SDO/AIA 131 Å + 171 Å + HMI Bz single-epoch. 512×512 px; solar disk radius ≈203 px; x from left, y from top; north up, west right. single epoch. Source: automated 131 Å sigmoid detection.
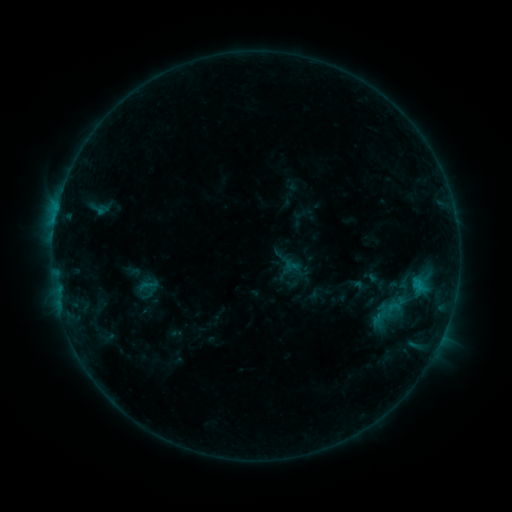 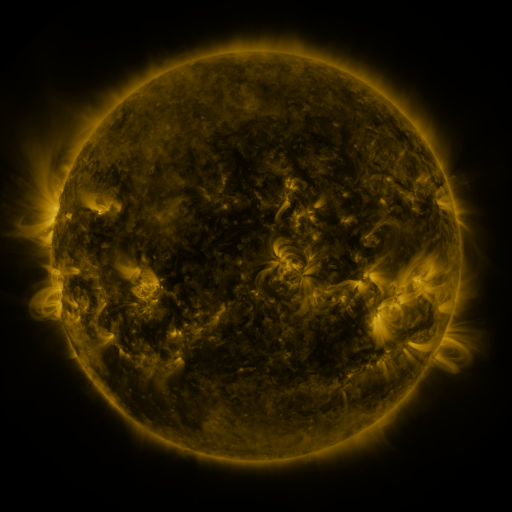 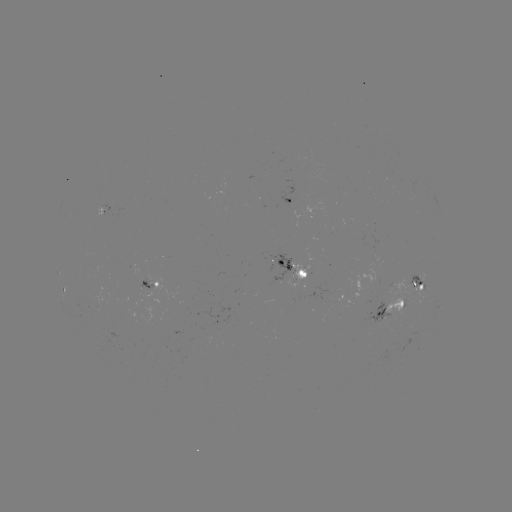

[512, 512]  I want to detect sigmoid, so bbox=[384, 298, 401, 317].